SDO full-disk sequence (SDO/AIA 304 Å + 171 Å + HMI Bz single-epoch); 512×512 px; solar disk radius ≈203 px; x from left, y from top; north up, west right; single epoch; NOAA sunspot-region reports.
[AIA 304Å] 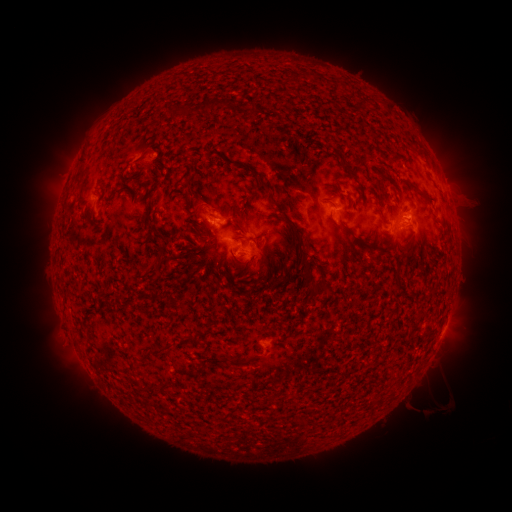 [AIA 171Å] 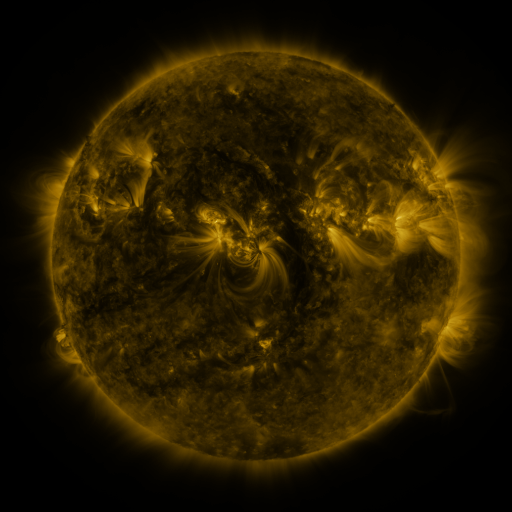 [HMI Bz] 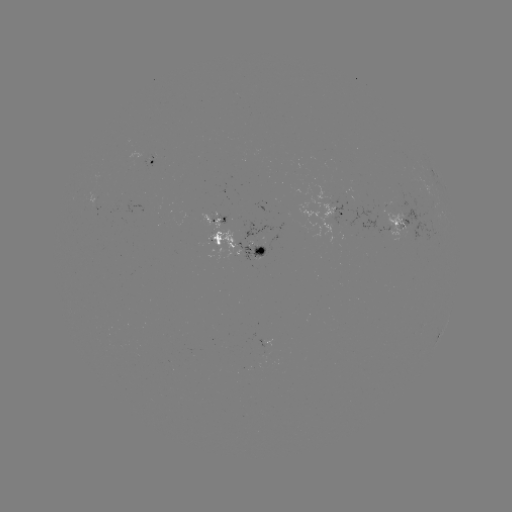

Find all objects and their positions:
spotted active region: (155, 163)
spotted active region: (341, 211)
spotted active region: (215, 216)
spotted active region: (413, 224)
spotted active region: (238, 244)
spotted active region: (444, 327)
